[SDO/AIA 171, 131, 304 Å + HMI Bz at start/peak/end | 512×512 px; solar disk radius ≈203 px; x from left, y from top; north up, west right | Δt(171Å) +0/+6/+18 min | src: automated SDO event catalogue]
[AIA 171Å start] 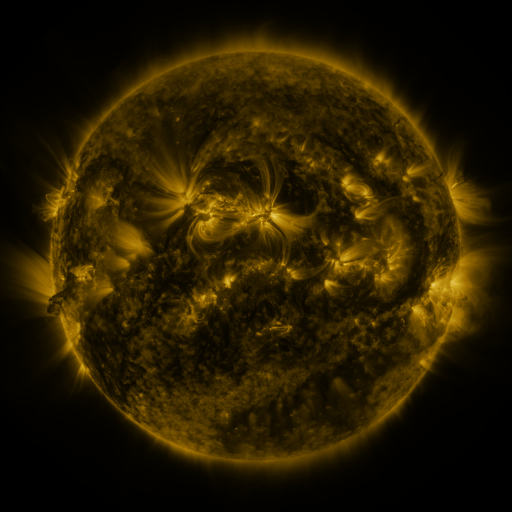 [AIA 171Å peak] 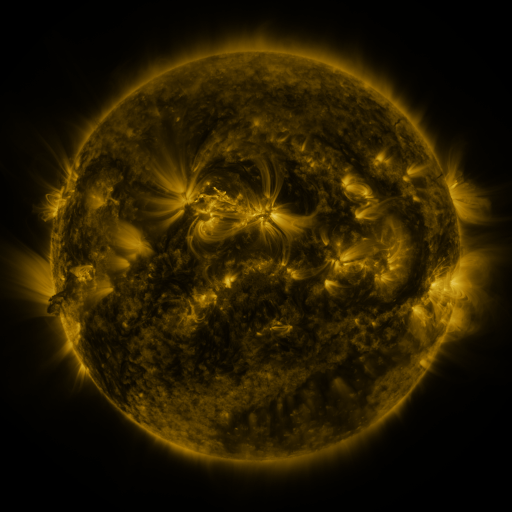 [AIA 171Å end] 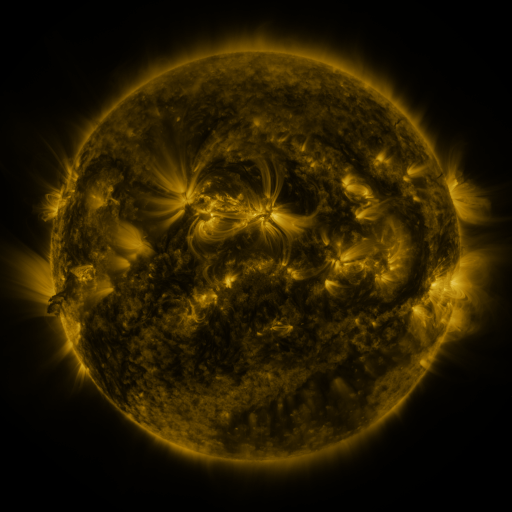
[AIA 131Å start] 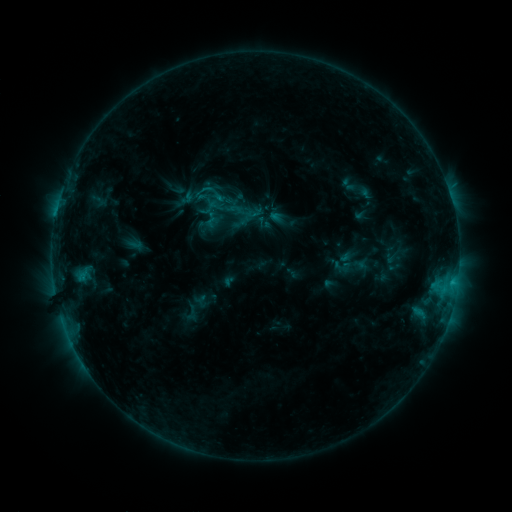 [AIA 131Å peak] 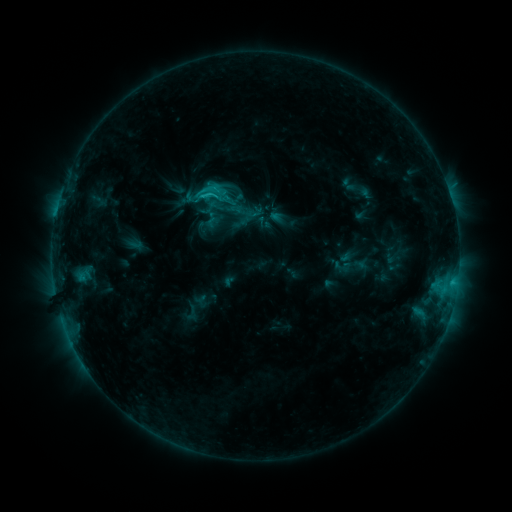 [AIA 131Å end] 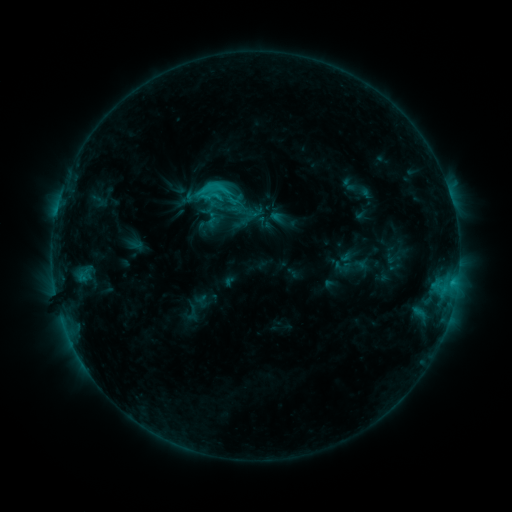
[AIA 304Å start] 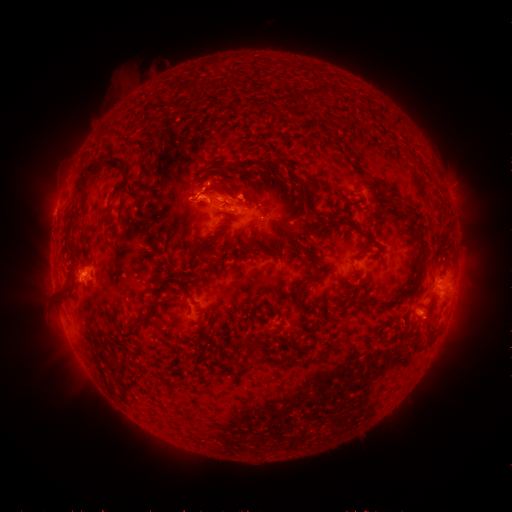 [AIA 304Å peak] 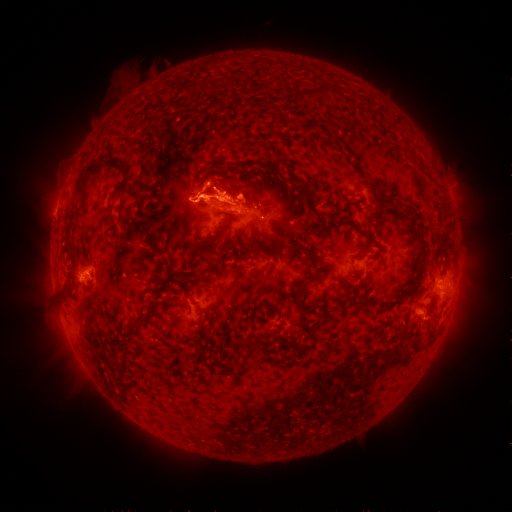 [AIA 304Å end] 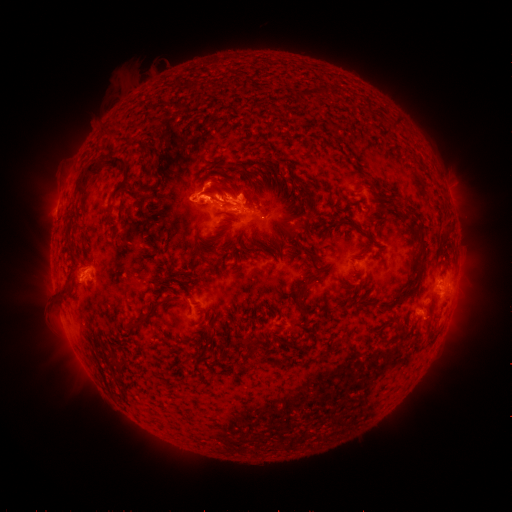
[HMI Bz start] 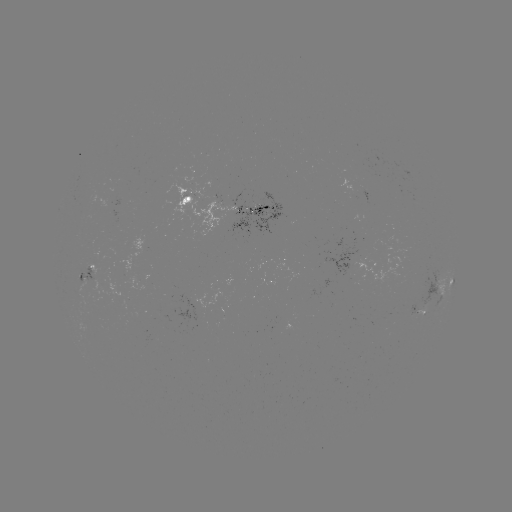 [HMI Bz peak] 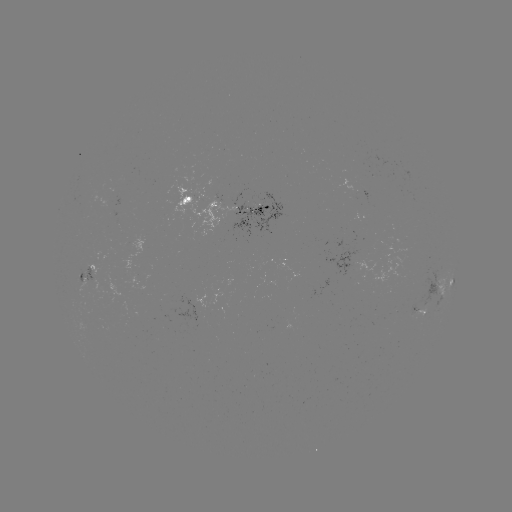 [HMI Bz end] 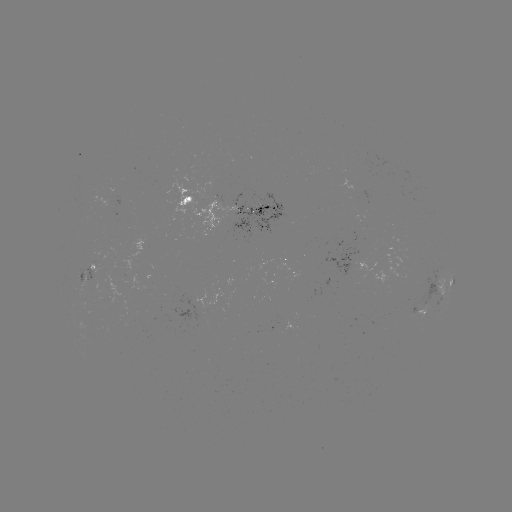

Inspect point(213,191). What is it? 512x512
eruption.